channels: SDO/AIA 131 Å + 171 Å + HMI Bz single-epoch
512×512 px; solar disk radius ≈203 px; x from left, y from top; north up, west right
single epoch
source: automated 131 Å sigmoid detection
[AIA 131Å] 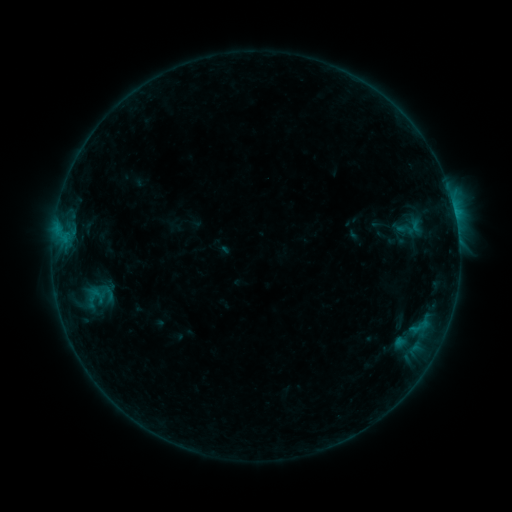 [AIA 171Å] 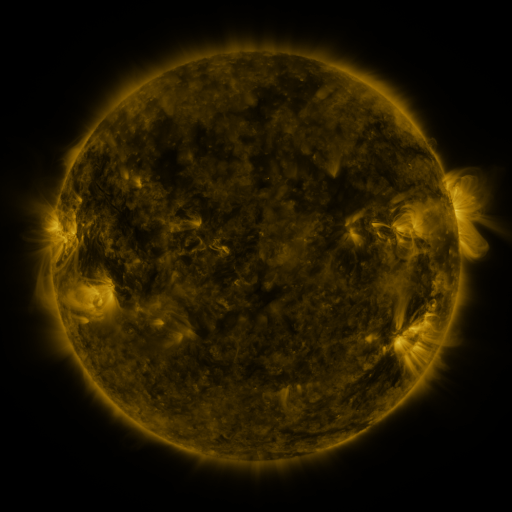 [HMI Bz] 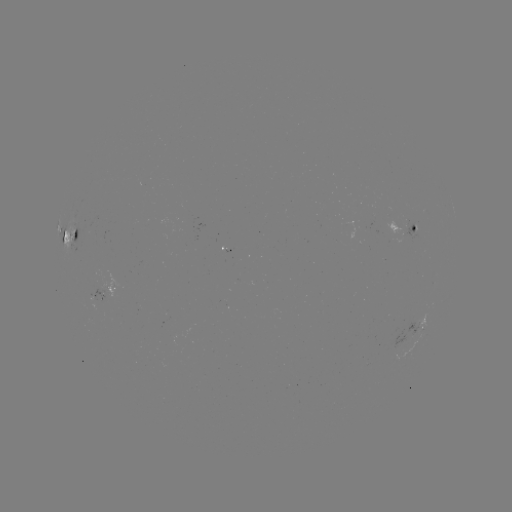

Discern sigmoid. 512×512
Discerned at (406, 229).